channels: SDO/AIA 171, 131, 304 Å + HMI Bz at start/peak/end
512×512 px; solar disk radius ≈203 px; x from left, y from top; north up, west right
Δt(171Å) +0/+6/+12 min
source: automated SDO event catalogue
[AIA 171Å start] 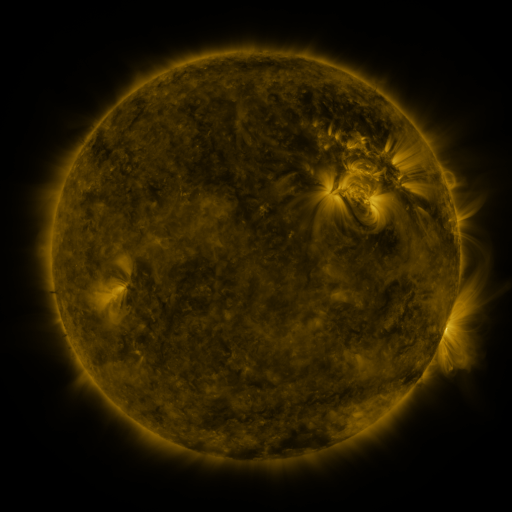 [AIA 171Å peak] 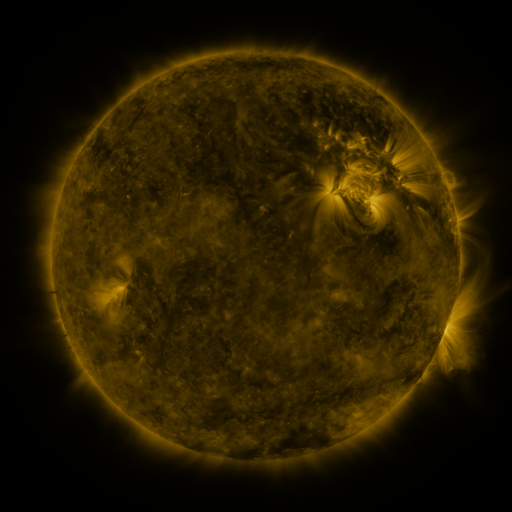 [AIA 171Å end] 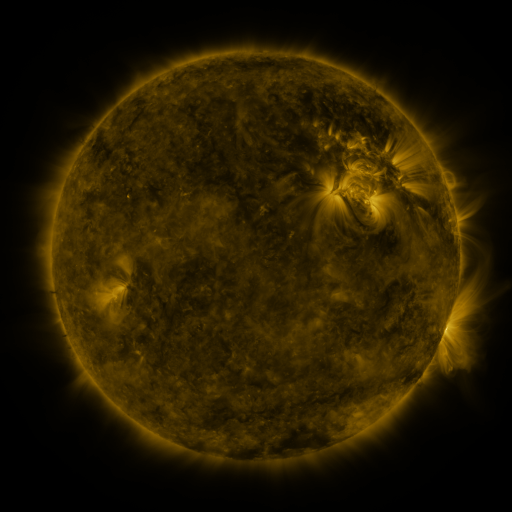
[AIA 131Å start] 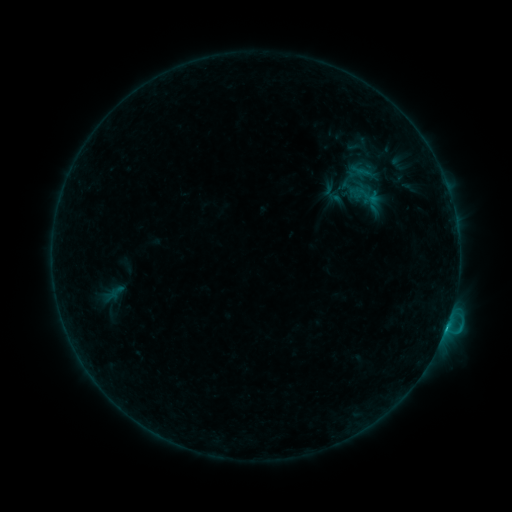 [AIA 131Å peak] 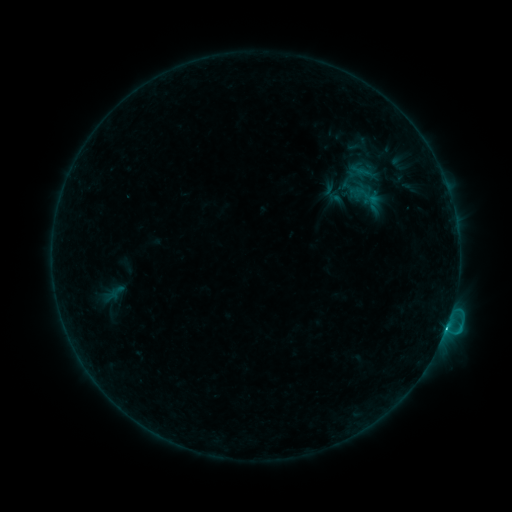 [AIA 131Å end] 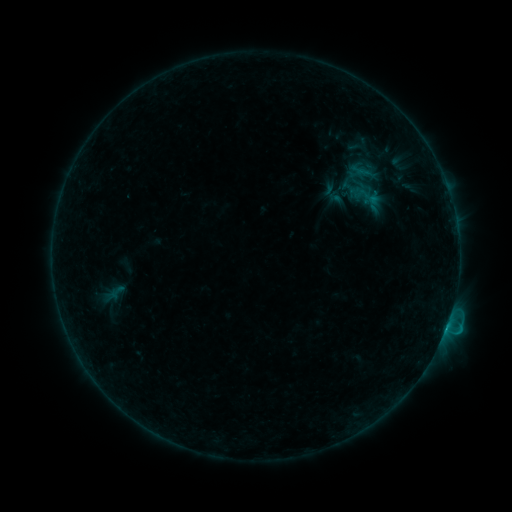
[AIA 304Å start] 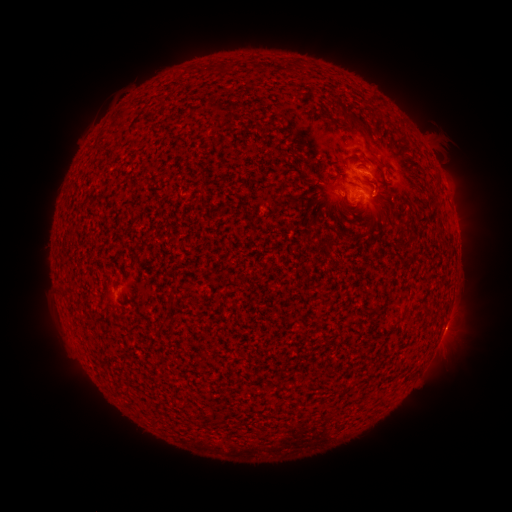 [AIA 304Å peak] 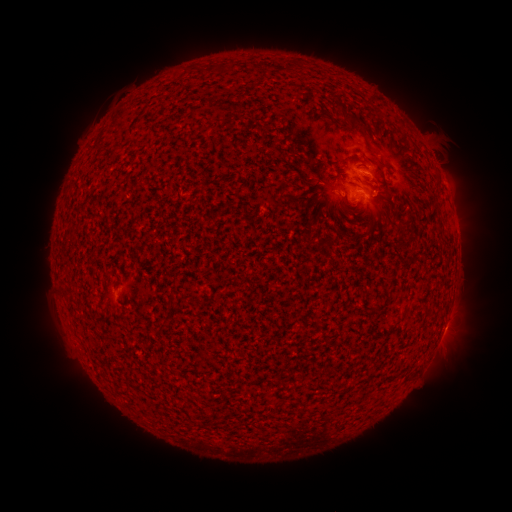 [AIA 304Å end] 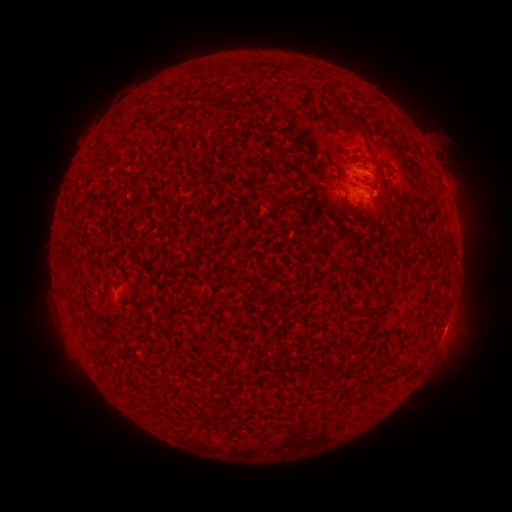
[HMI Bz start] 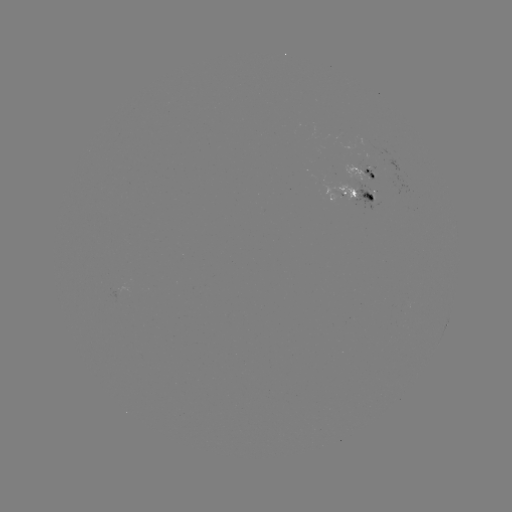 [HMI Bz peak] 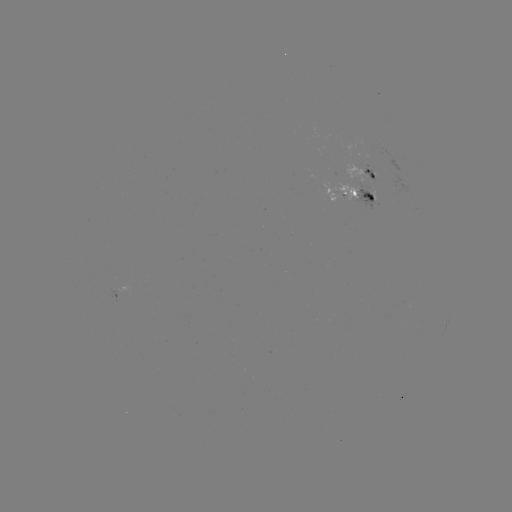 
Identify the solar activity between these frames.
C1.5 flare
